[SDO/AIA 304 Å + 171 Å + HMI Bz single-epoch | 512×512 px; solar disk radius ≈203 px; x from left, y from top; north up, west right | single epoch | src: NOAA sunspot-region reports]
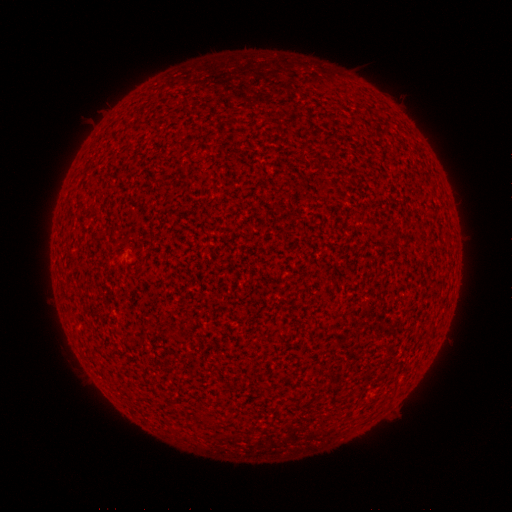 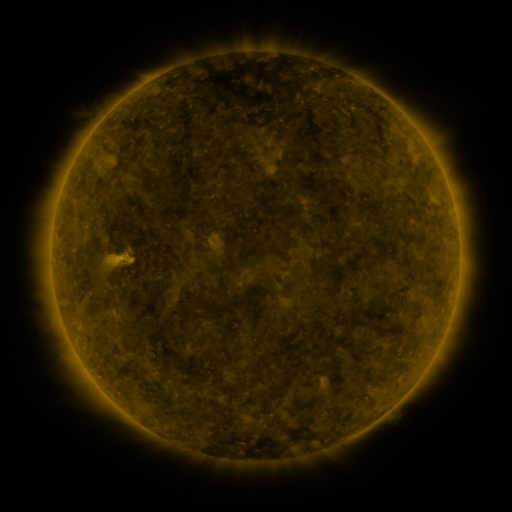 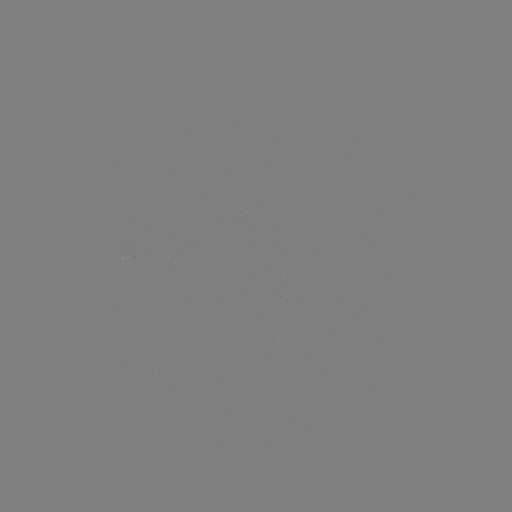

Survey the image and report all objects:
(none)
